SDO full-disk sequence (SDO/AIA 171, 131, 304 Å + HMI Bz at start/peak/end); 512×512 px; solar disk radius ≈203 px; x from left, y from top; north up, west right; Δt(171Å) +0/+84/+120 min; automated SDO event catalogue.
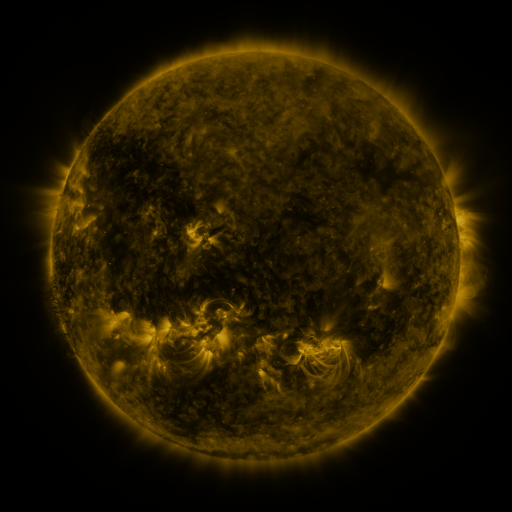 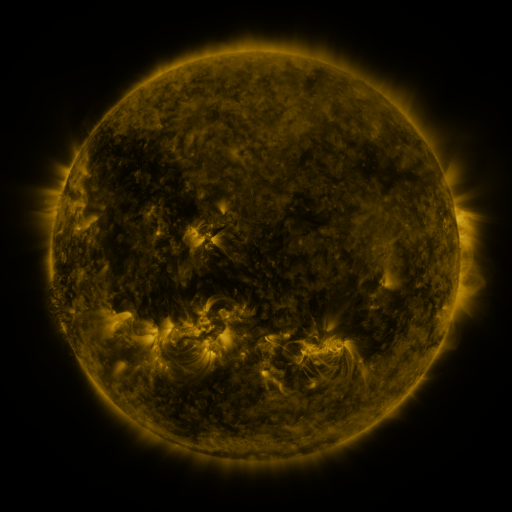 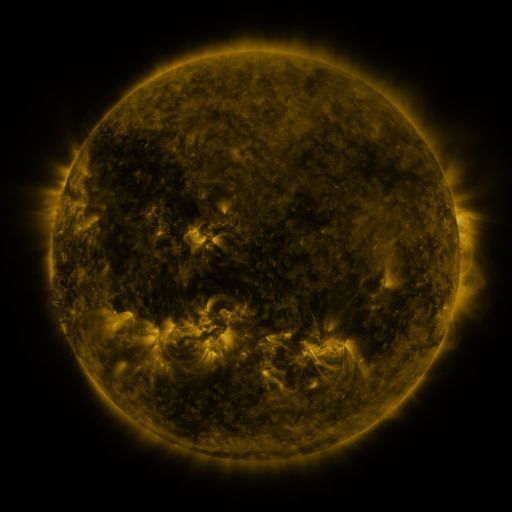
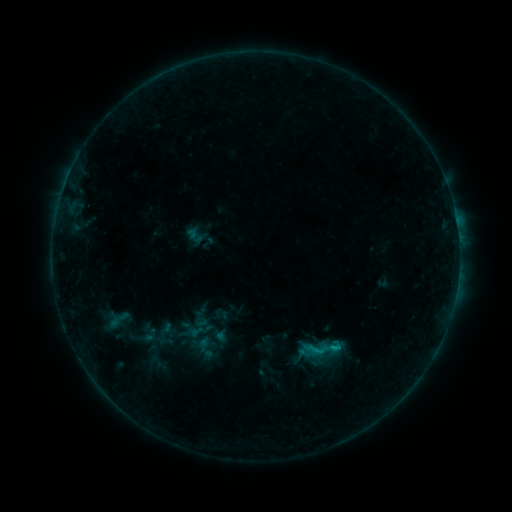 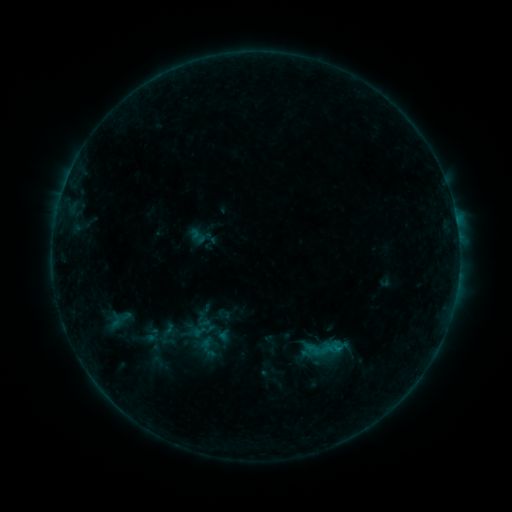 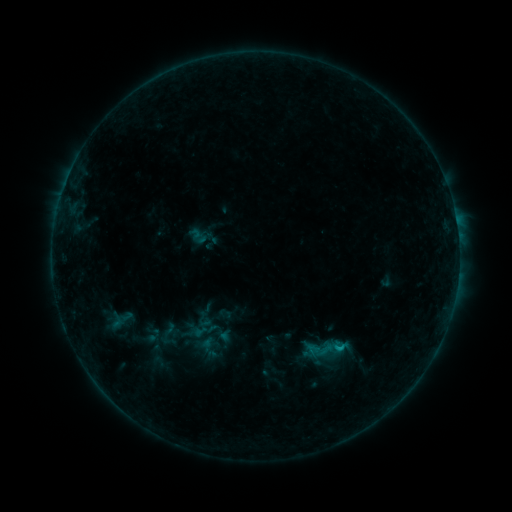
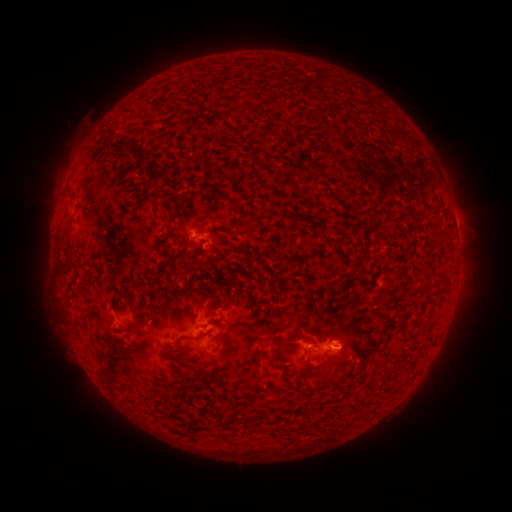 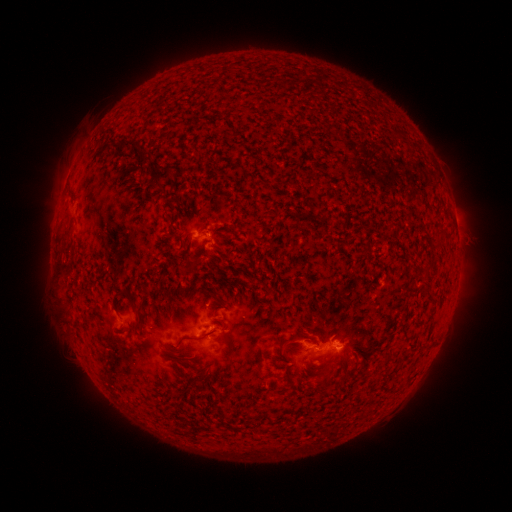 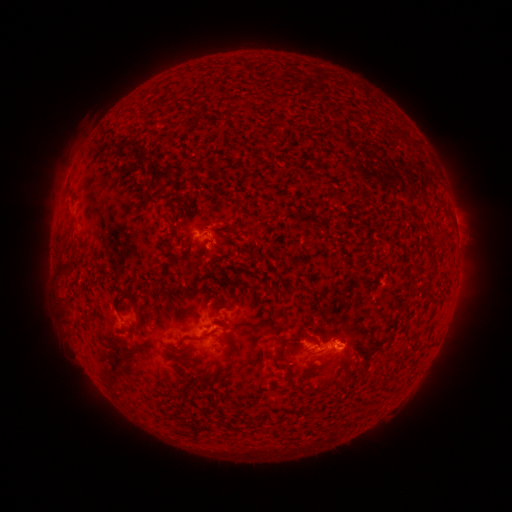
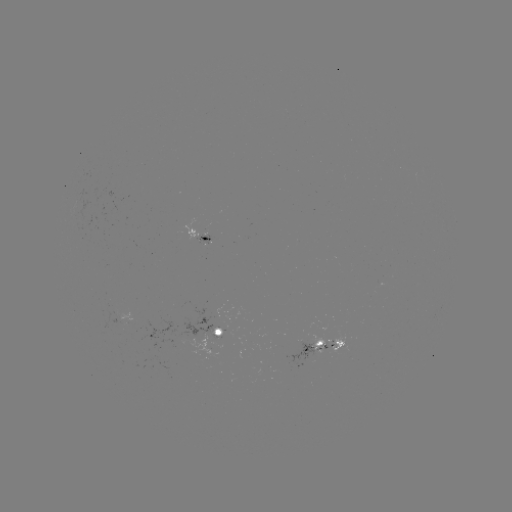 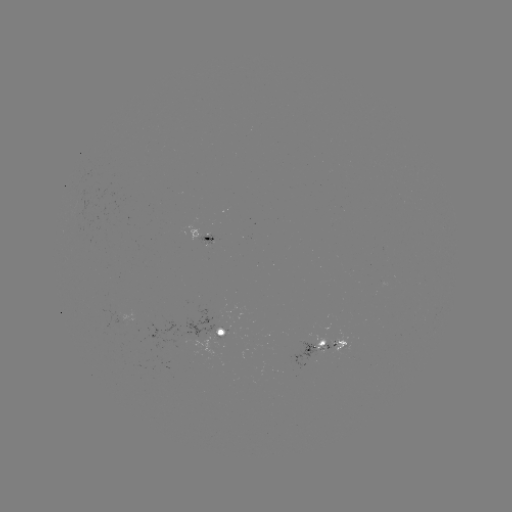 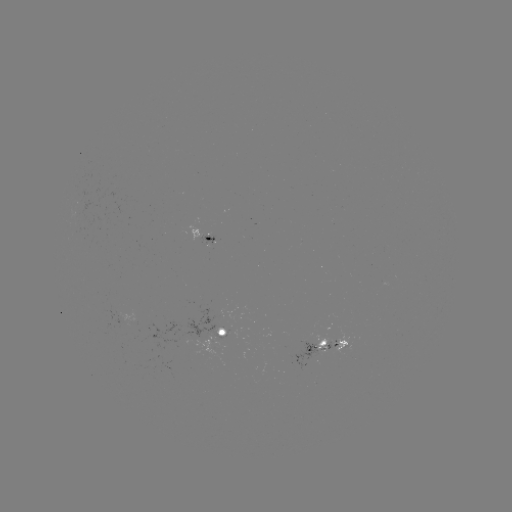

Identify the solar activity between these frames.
emerging-flux region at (333, 345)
